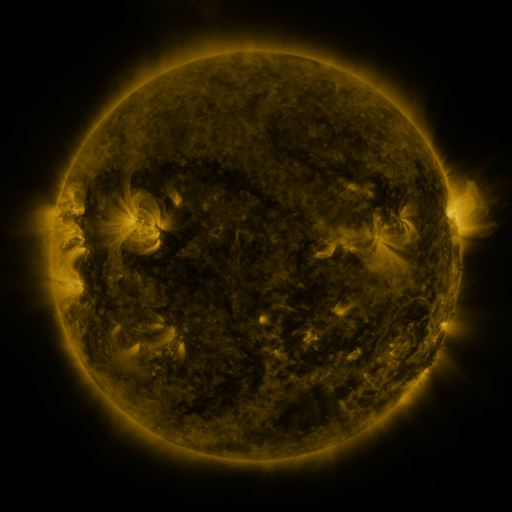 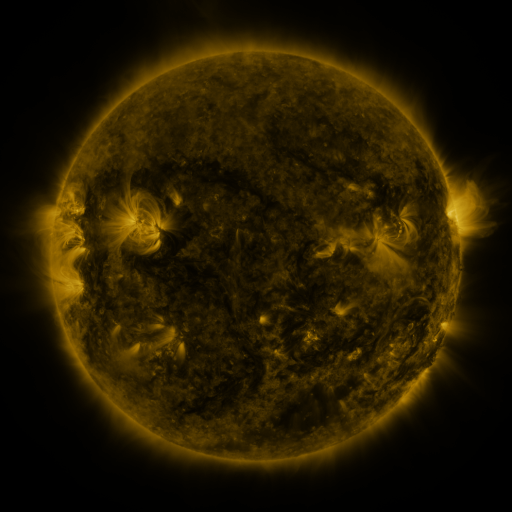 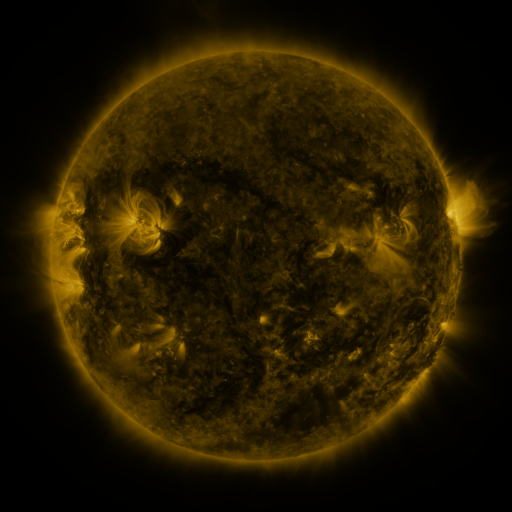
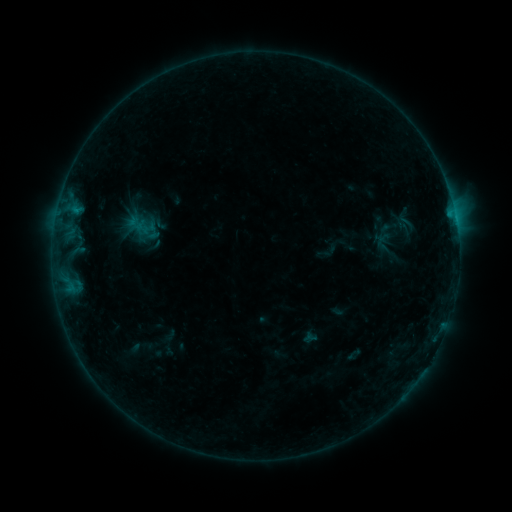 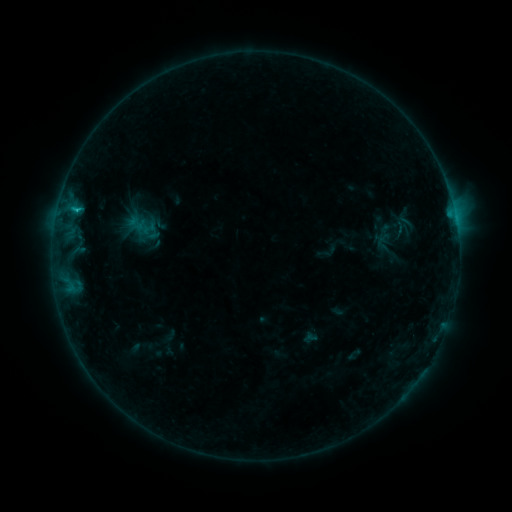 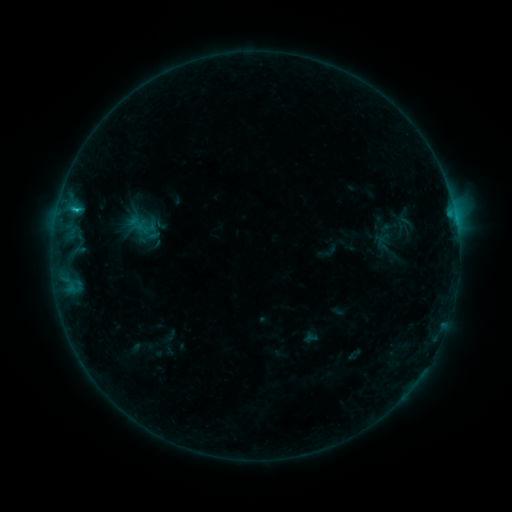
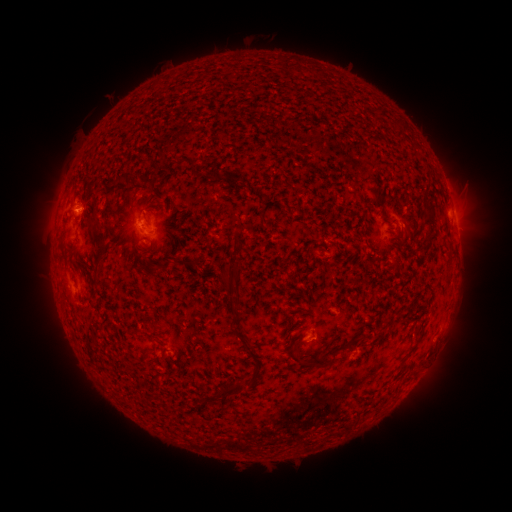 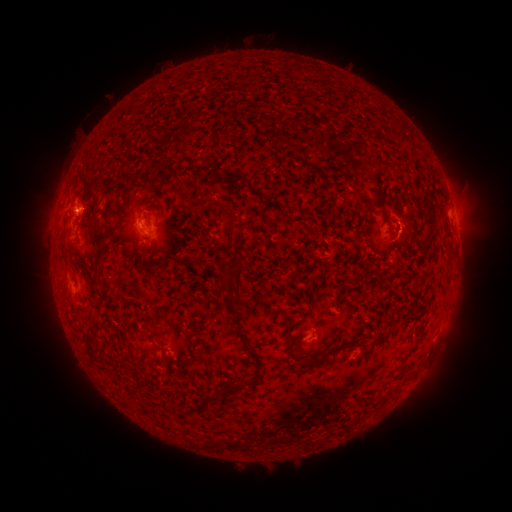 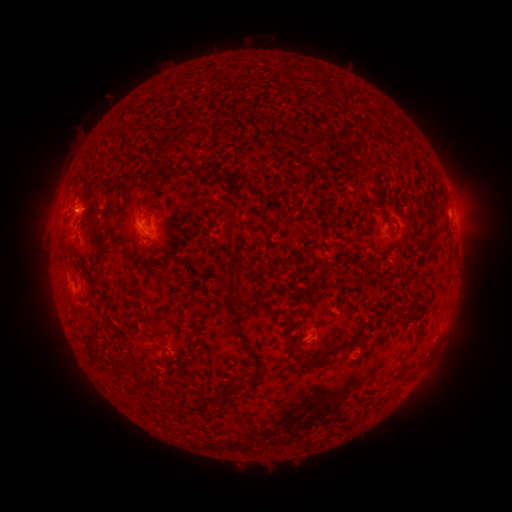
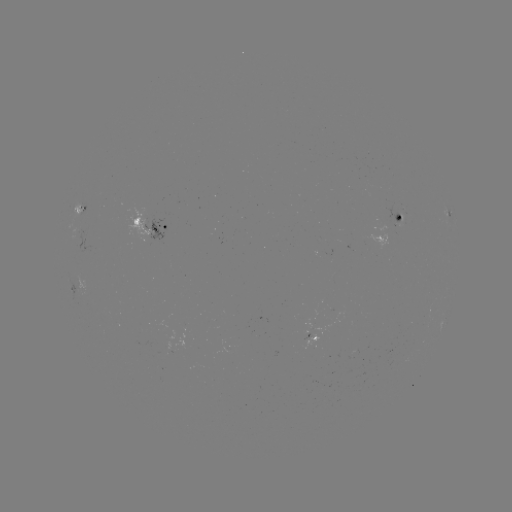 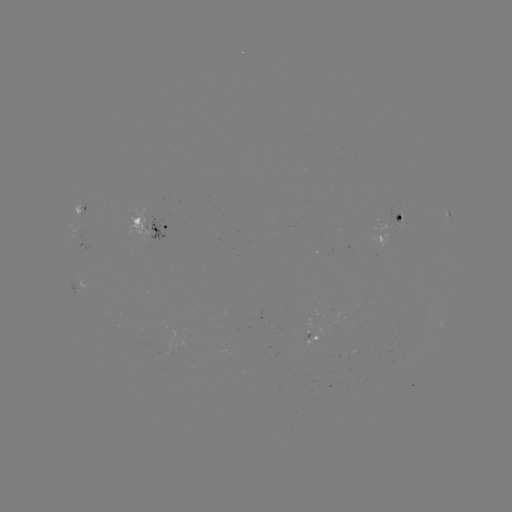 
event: flare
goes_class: B8.8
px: (77, 213)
